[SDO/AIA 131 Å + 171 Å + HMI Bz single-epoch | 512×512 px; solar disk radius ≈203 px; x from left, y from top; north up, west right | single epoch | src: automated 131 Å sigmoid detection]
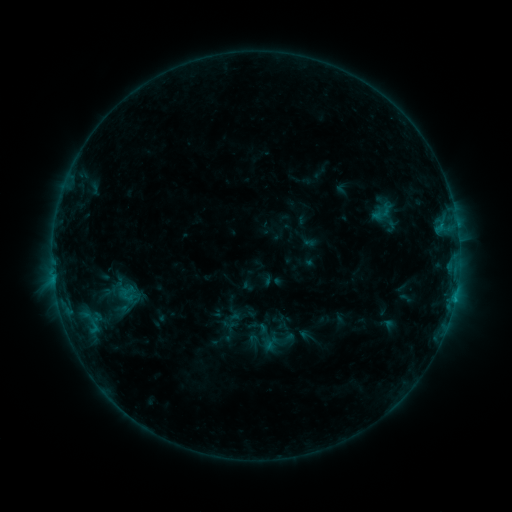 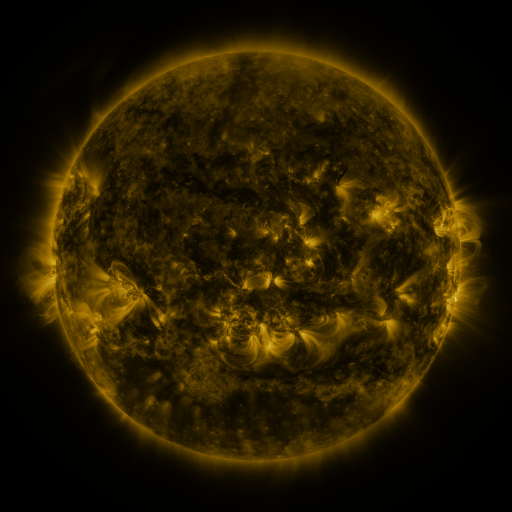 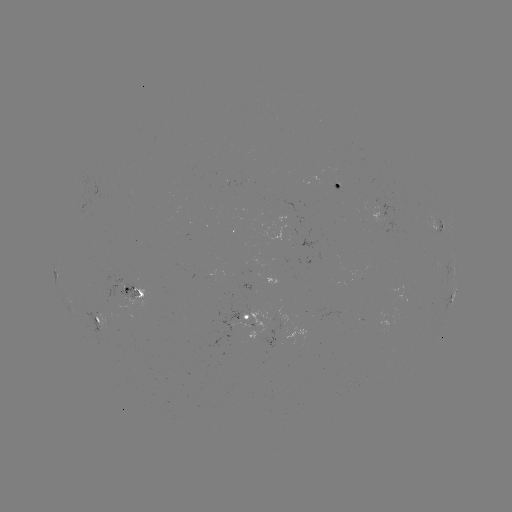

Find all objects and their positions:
sigmoid: (383, 212)
